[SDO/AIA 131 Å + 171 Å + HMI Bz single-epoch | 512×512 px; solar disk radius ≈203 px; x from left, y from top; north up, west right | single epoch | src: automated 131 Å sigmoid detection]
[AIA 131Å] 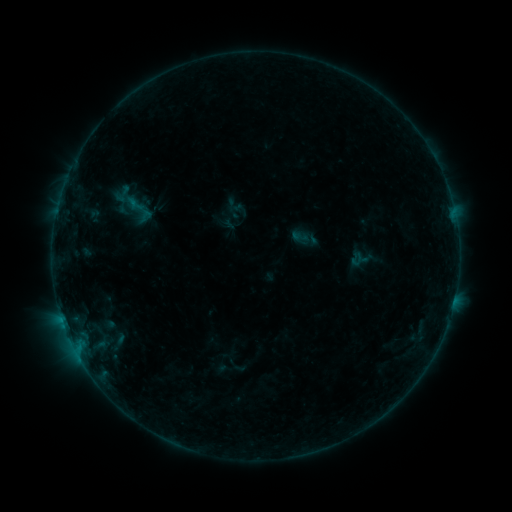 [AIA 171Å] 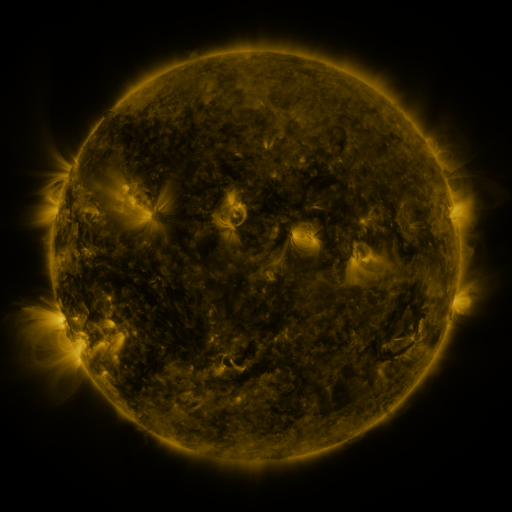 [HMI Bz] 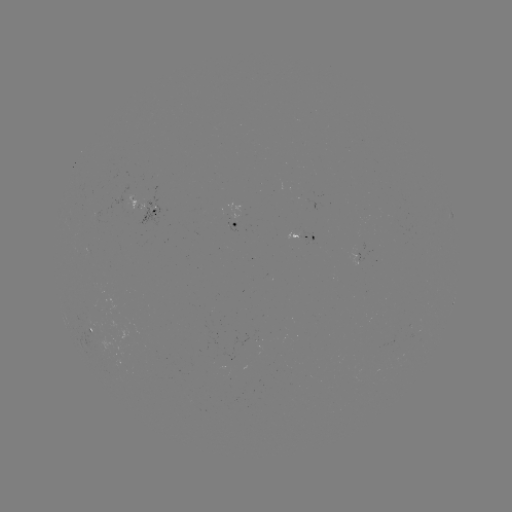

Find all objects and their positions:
sigmoid: (124, 194)
sigmoid: (138, 209)
sigmoid: (301, 236)
